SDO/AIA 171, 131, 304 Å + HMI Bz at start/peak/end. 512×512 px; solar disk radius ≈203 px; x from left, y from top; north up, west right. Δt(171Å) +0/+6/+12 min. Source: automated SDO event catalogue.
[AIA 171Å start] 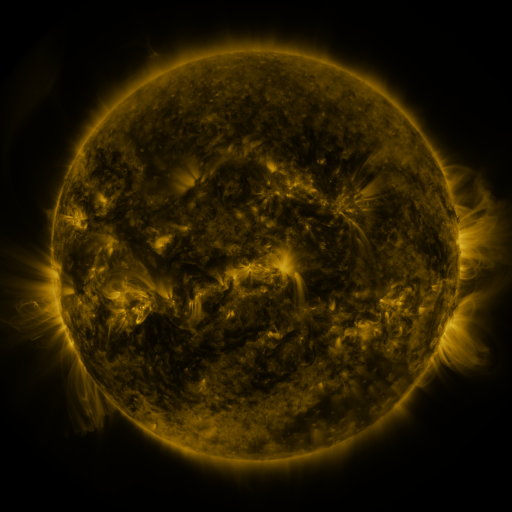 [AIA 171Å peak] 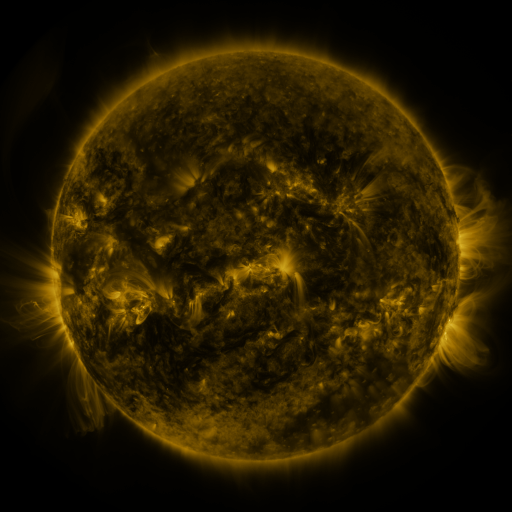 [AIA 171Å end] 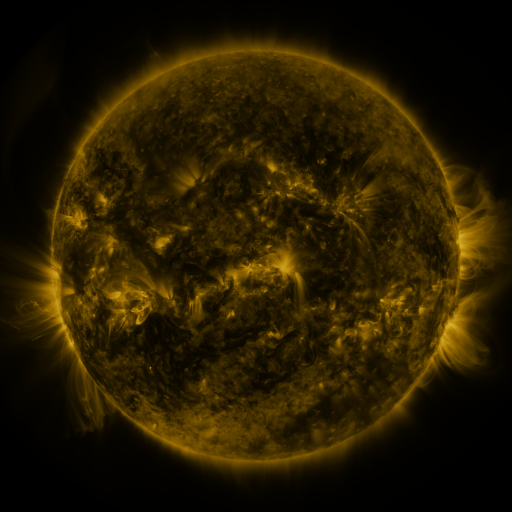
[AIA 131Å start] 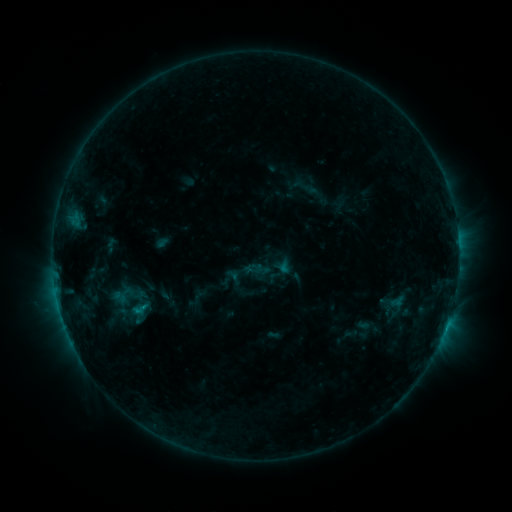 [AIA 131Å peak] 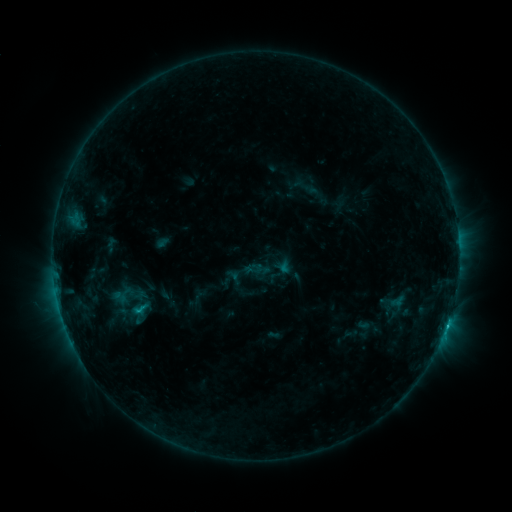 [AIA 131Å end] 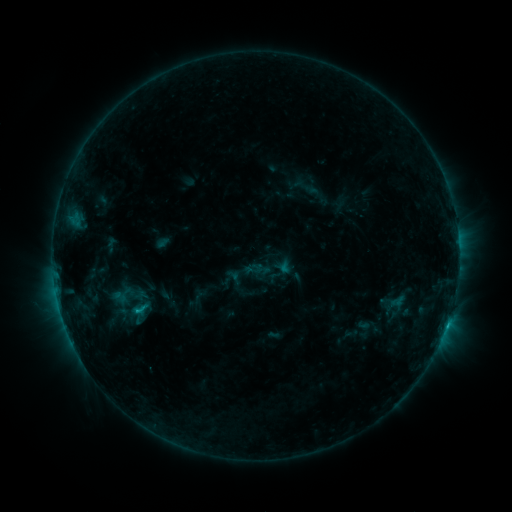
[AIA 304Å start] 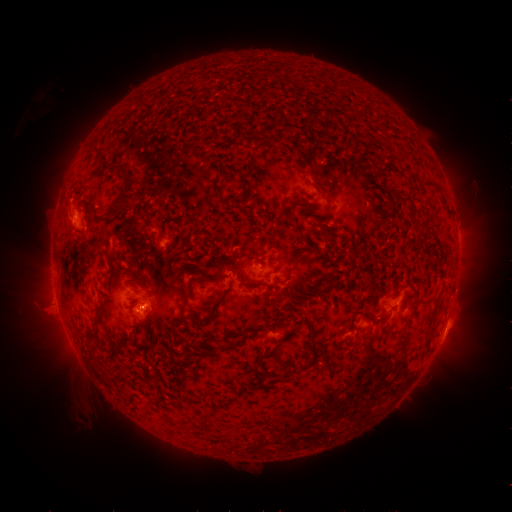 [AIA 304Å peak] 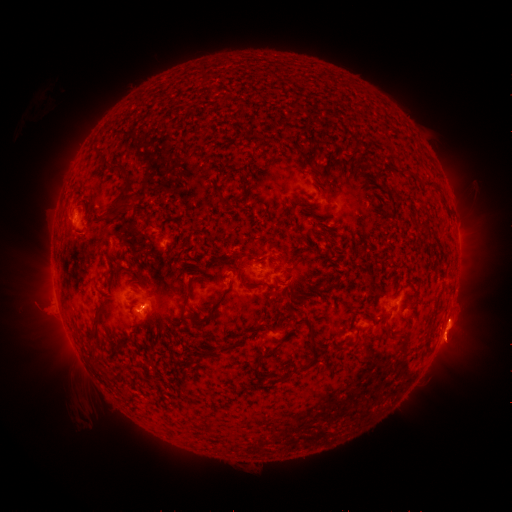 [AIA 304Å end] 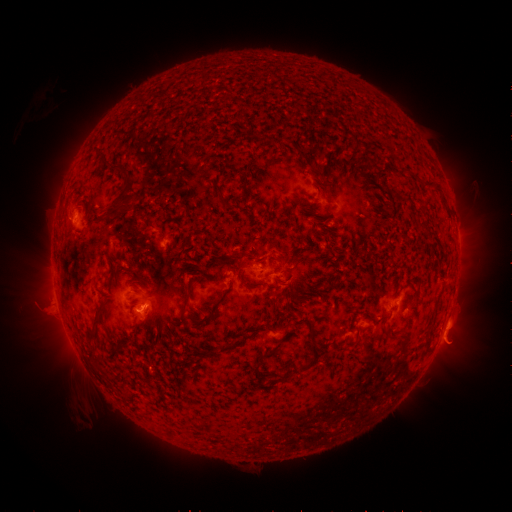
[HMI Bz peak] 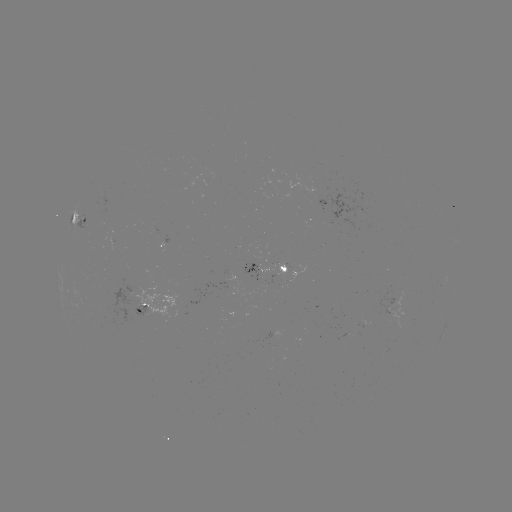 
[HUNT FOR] C1.3 flare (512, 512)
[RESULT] (140, 308)